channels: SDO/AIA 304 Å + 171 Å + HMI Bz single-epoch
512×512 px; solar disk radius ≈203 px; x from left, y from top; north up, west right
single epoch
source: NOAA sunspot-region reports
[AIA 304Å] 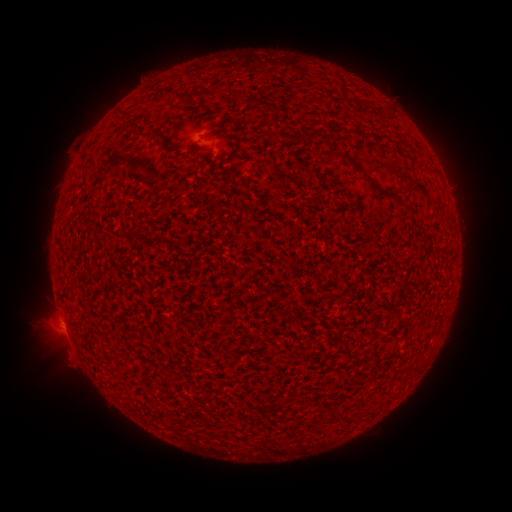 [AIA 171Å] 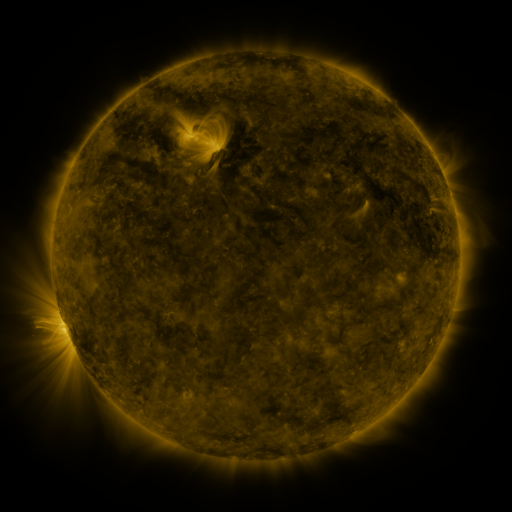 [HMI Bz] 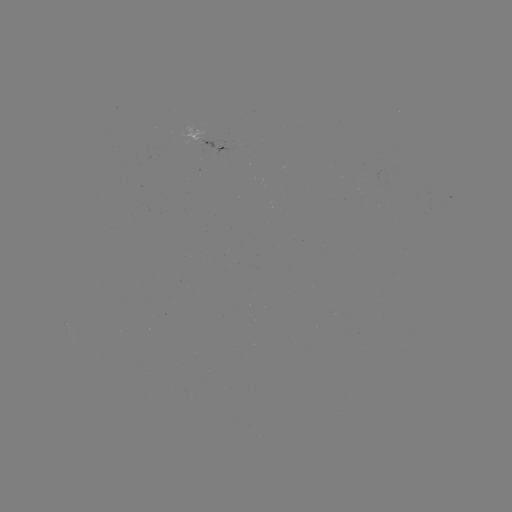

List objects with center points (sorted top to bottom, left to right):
spotted active region: (209, 138)
